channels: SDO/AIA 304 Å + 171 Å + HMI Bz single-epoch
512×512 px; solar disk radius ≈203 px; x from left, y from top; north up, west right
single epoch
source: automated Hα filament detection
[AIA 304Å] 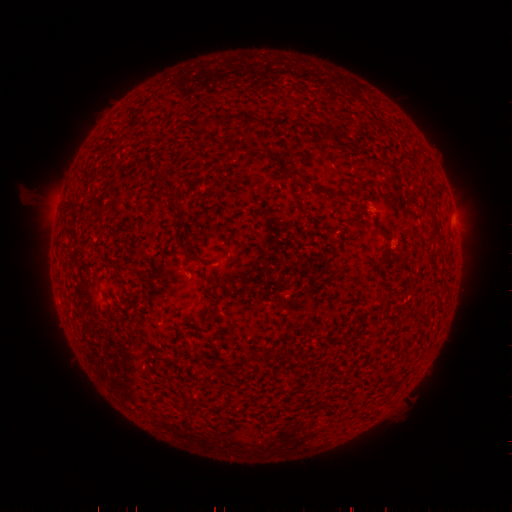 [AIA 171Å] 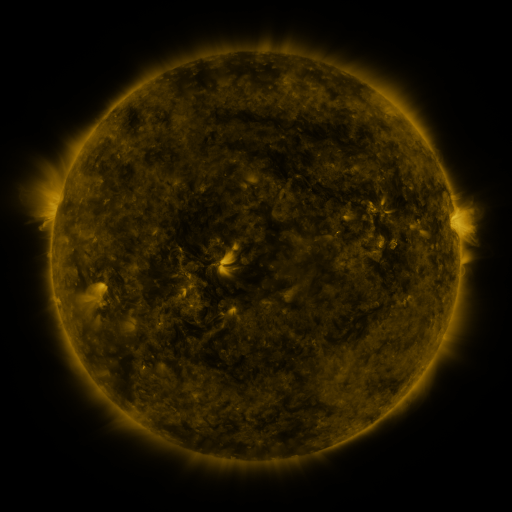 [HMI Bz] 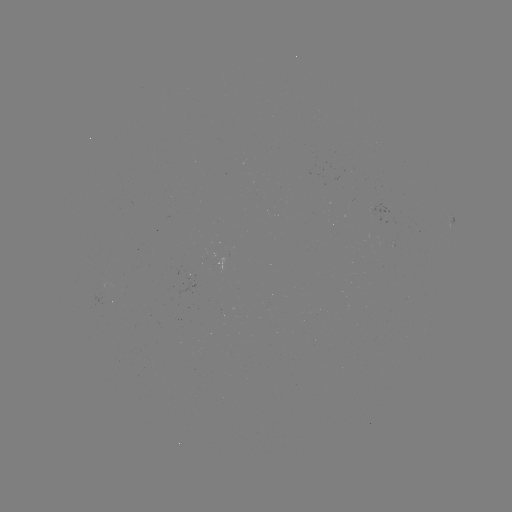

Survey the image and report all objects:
filament: (327, 135)
filament: (288, 174)
filament: (167, 185)
filament: (319, 194)
filament: (362, 204)
filament: (172, 207)
filament: (434, 238)
filament: (189, 256)
filament: (385, 266)
filament: (257, 356)
filament: (281, 357)
